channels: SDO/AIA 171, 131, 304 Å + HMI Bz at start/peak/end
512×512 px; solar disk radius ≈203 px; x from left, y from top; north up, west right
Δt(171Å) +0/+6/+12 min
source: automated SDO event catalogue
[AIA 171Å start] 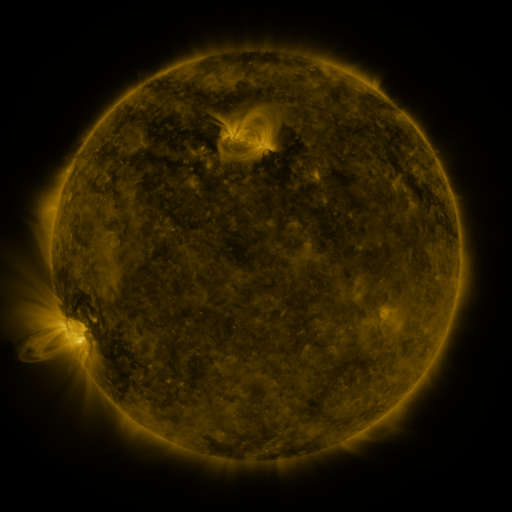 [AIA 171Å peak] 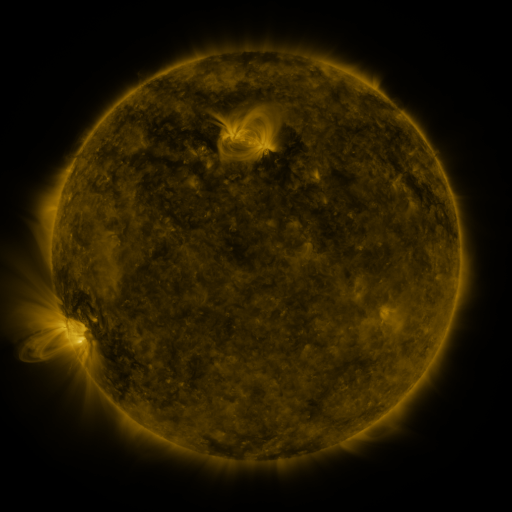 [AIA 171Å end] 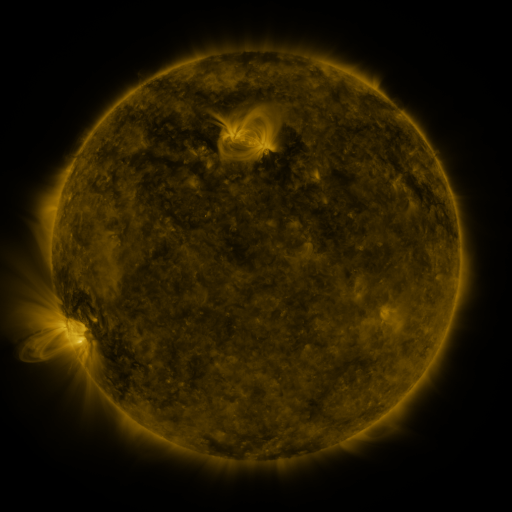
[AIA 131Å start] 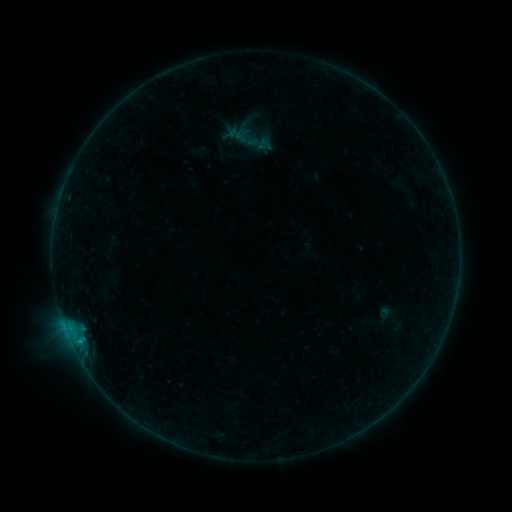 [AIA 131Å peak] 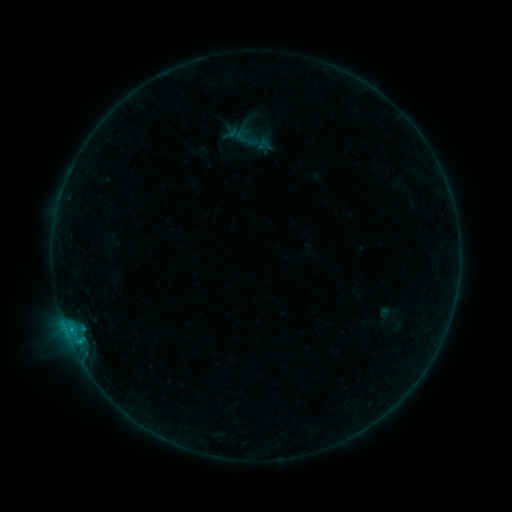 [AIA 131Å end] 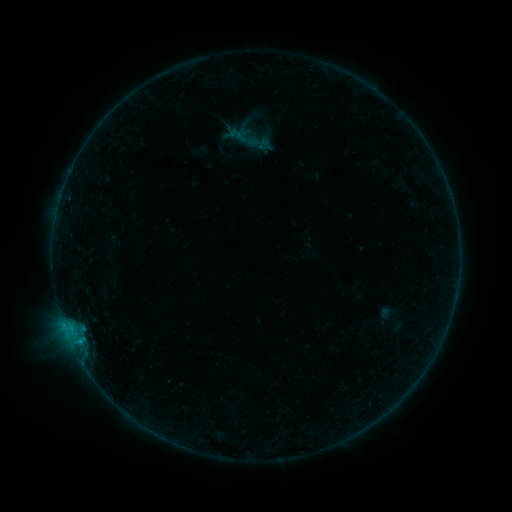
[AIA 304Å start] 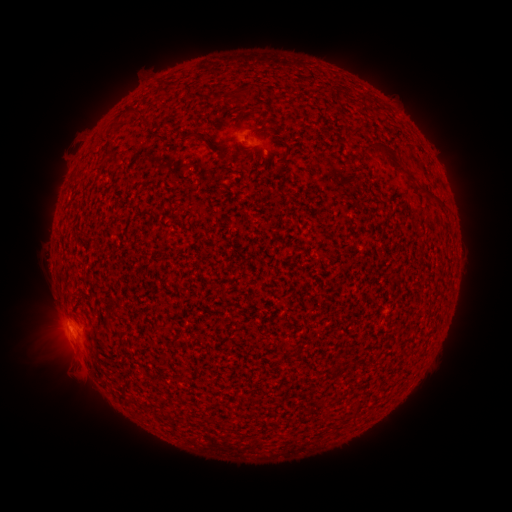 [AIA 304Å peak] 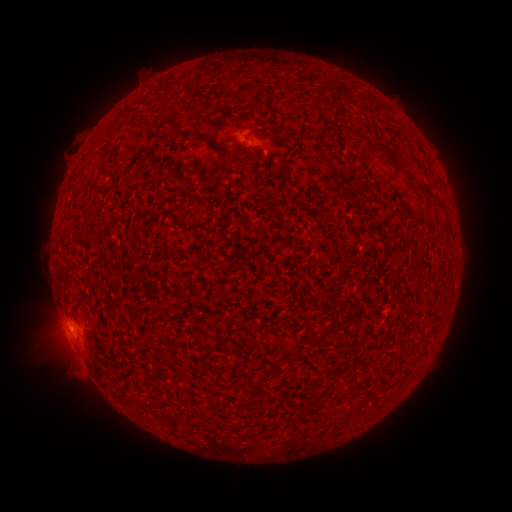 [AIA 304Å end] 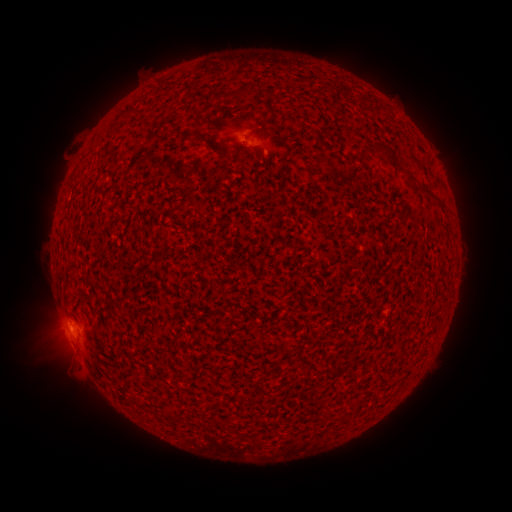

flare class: B2.9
